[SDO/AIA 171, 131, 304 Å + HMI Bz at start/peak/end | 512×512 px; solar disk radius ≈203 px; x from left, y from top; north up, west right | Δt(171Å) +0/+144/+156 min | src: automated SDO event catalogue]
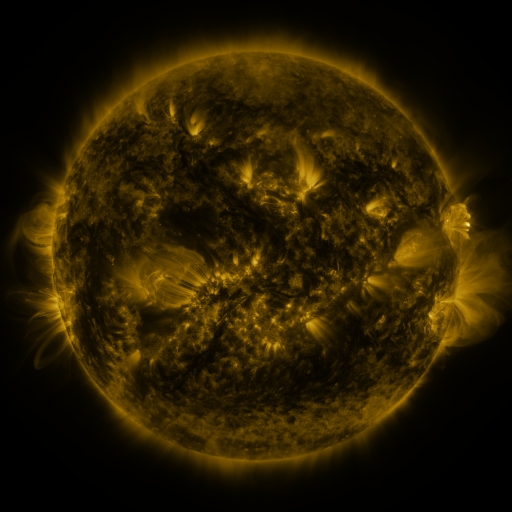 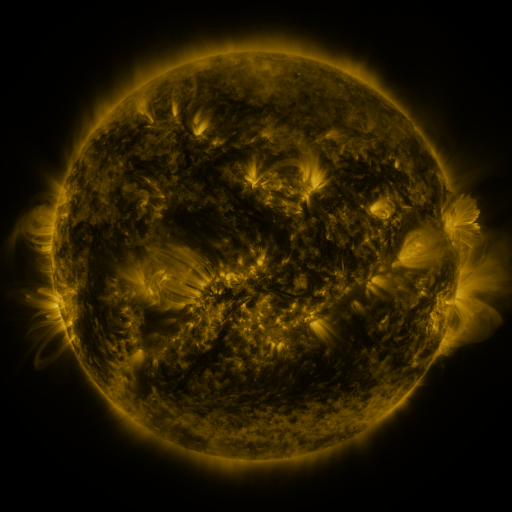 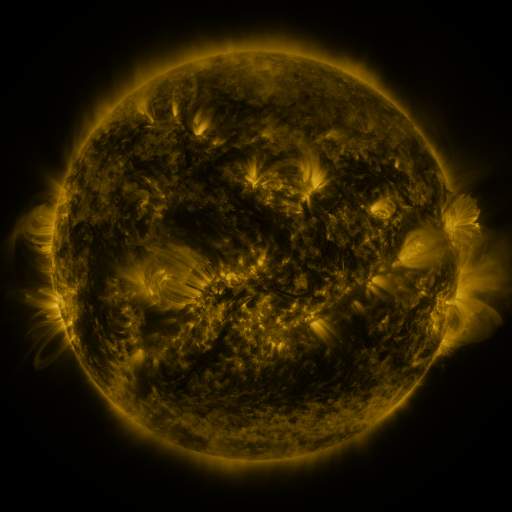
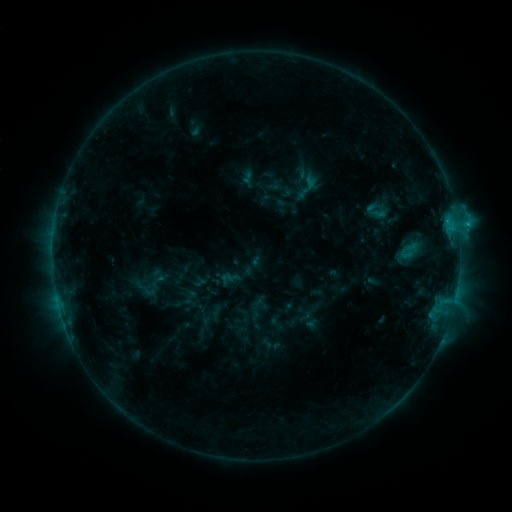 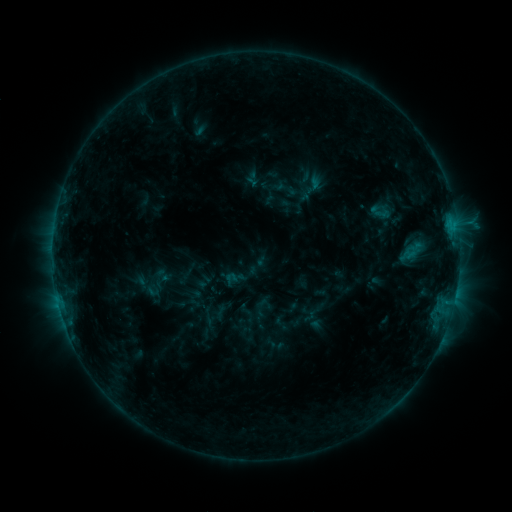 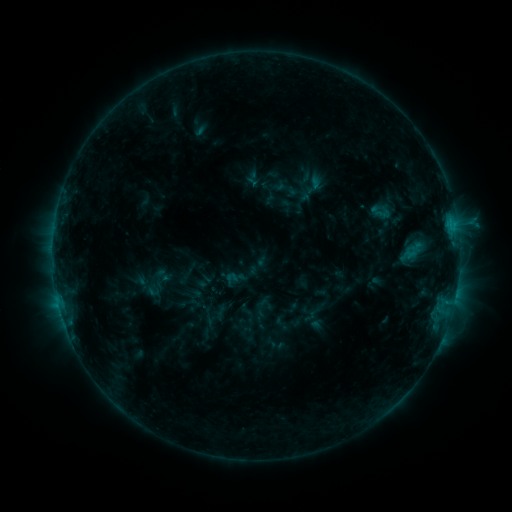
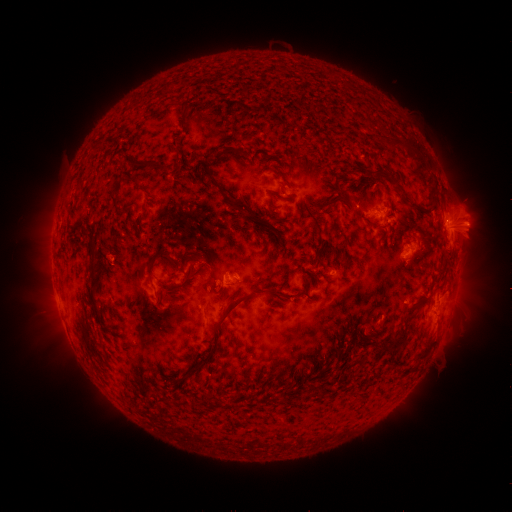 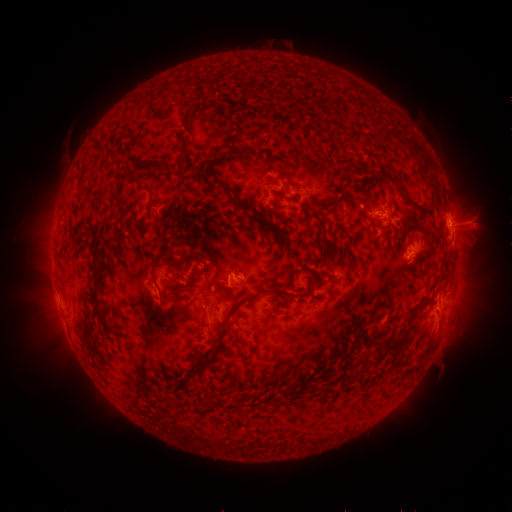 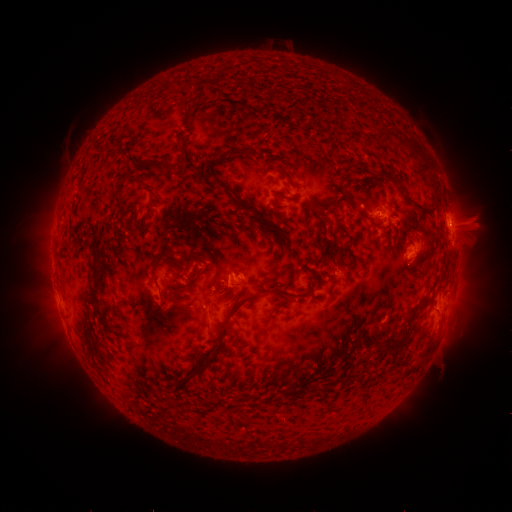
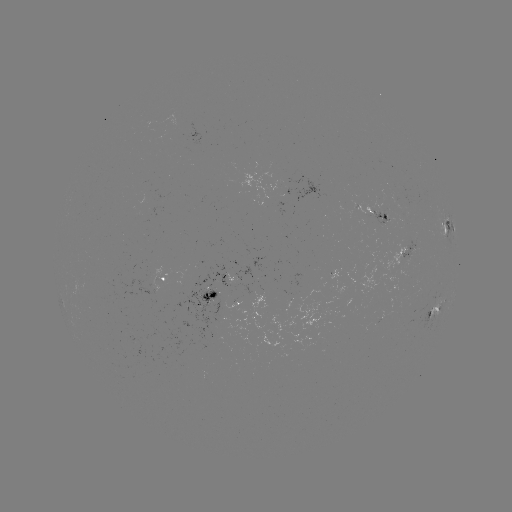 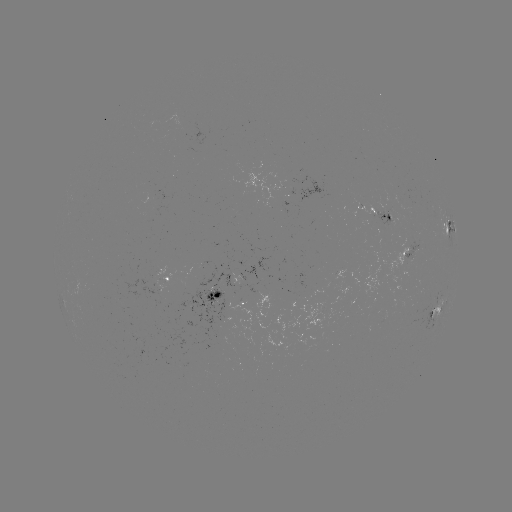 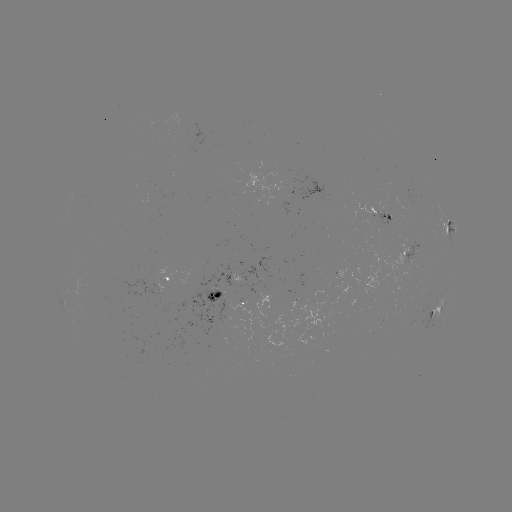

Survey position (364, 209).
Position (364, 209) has emerging-flux region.